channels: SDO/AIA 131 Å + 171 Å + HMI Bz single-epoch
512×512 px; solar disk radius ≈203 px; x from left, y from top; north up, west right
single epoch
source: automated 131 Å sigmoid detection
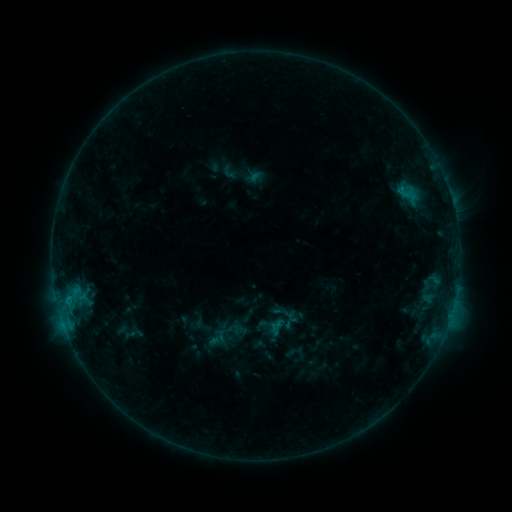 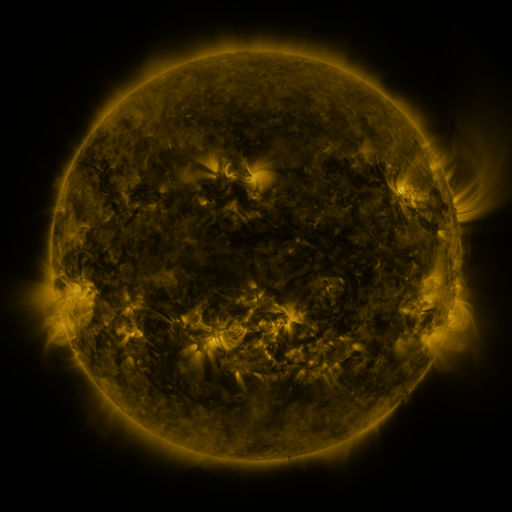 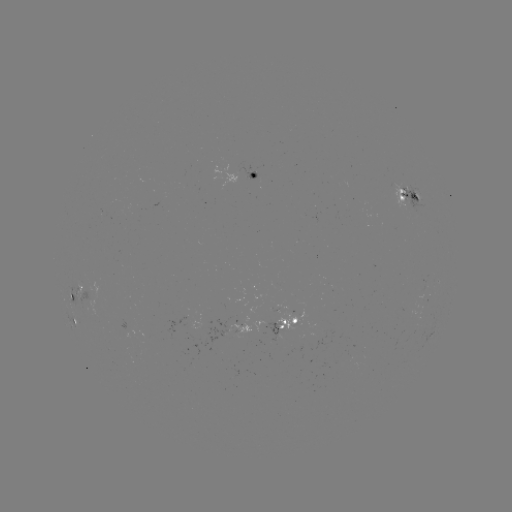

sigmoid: (220, 164, 237, 181)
